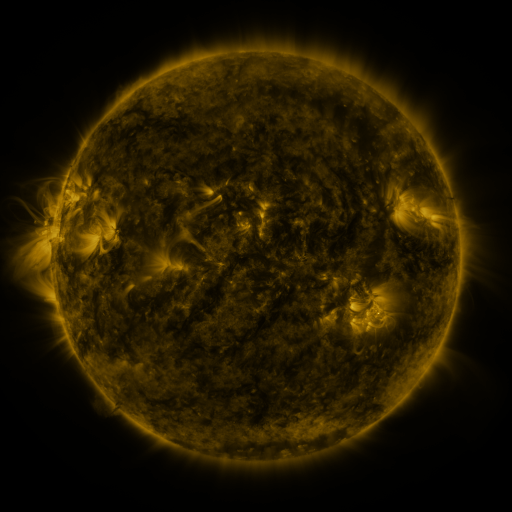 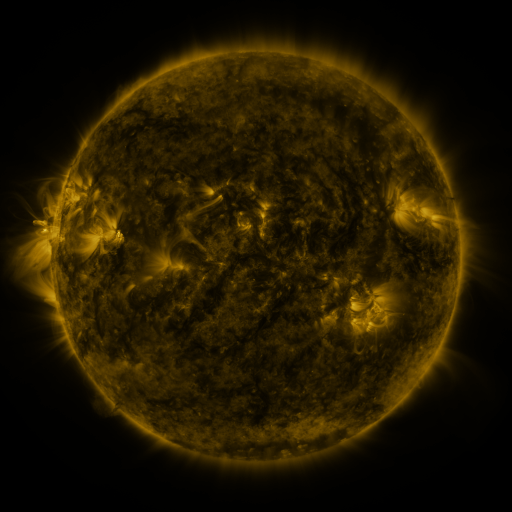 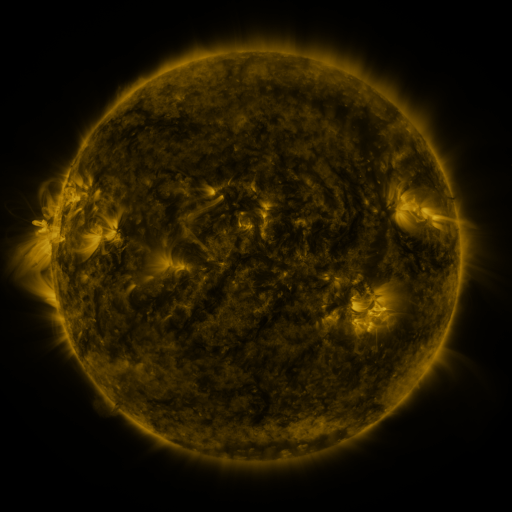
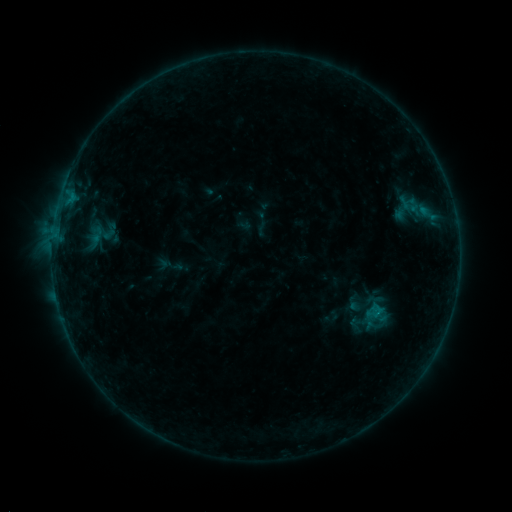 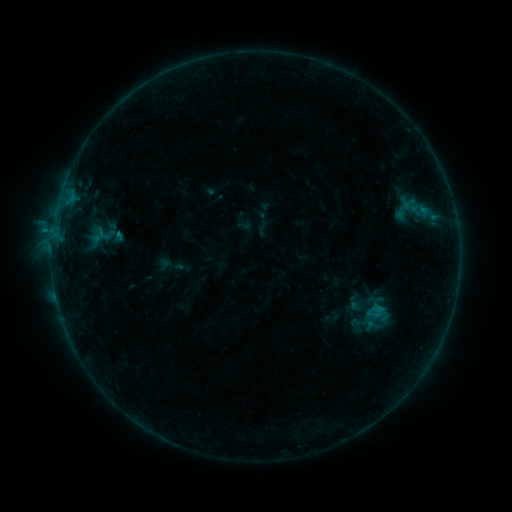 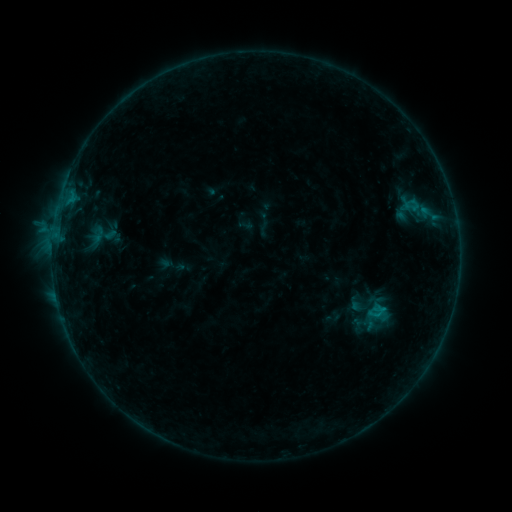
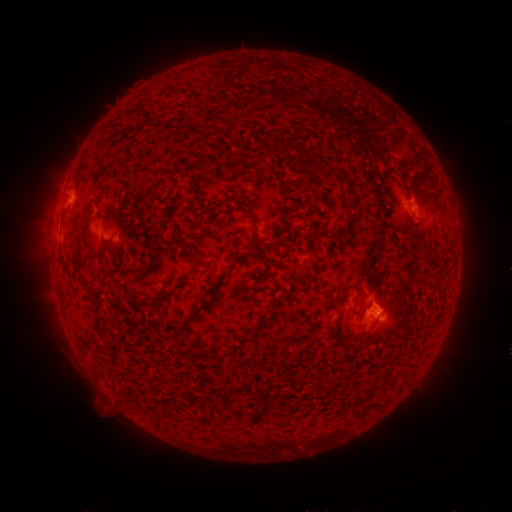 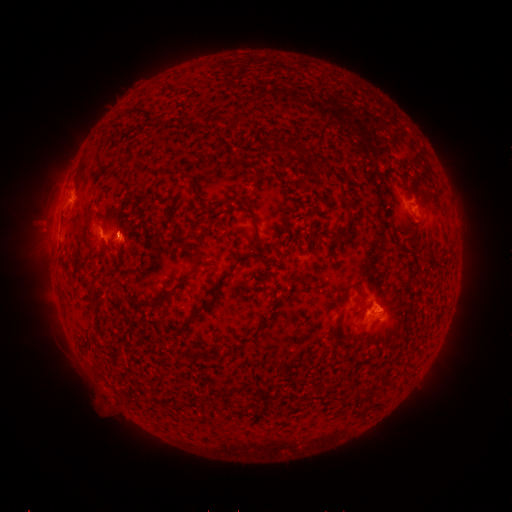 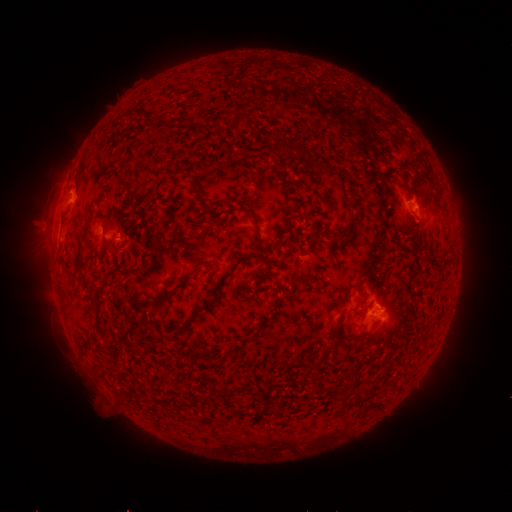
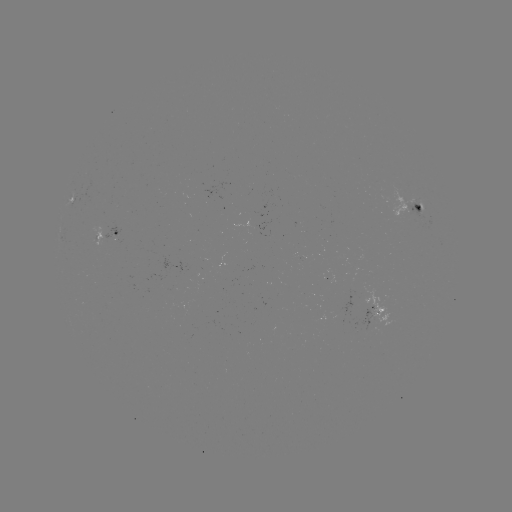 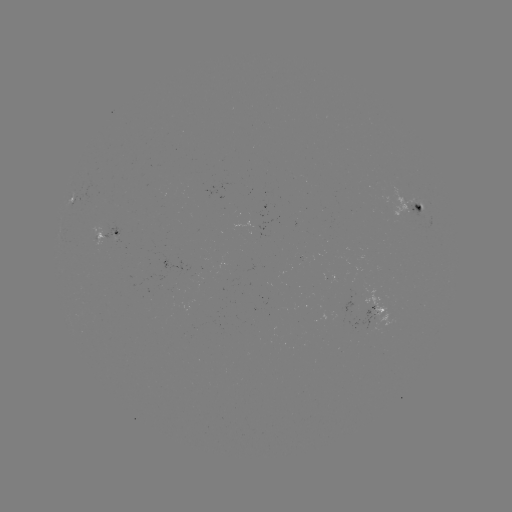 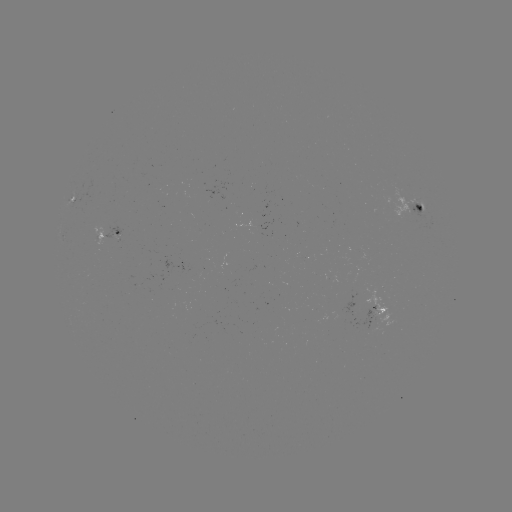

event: flare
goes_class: B6.5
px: (119, 236)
